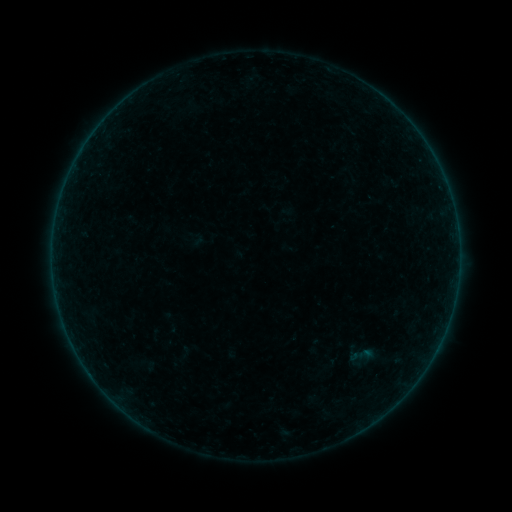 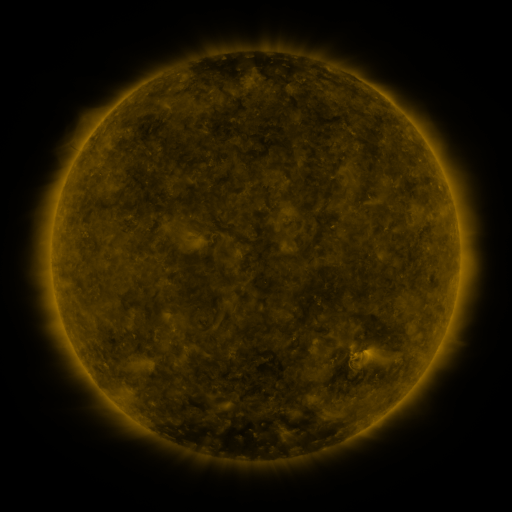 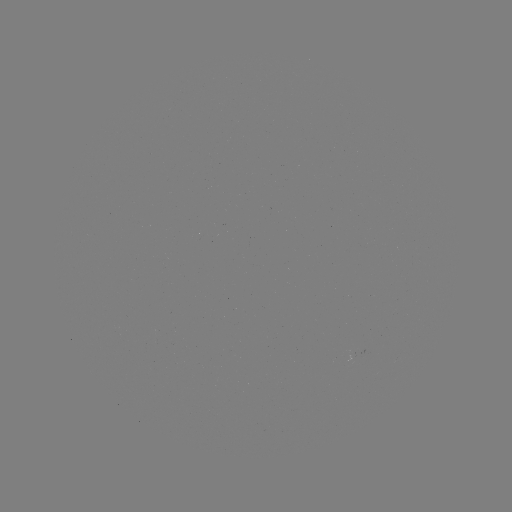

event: sigmoid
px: (361, 355)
